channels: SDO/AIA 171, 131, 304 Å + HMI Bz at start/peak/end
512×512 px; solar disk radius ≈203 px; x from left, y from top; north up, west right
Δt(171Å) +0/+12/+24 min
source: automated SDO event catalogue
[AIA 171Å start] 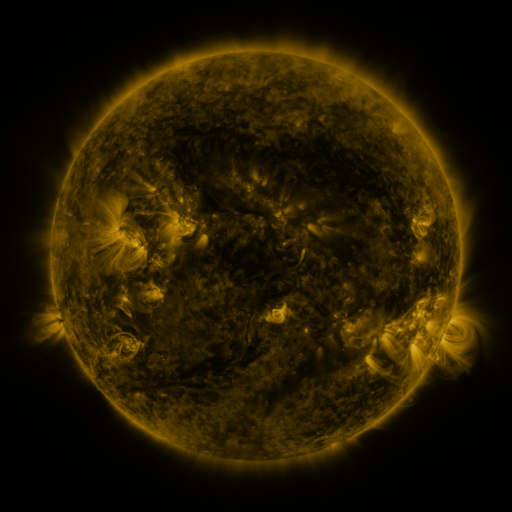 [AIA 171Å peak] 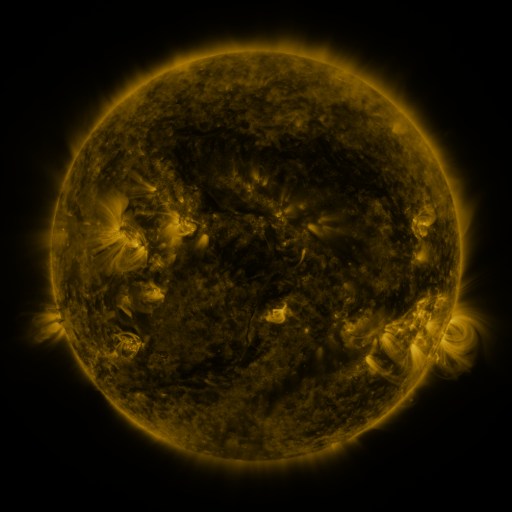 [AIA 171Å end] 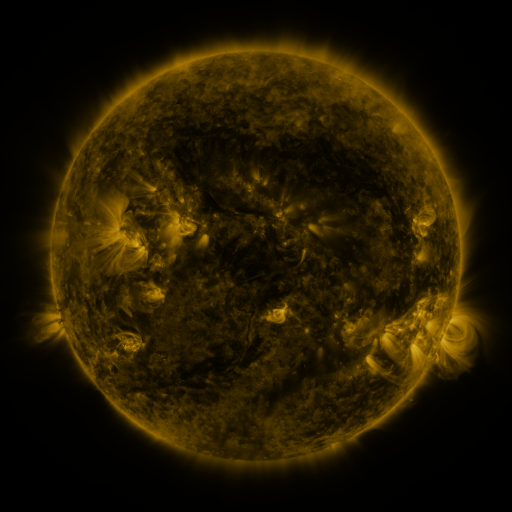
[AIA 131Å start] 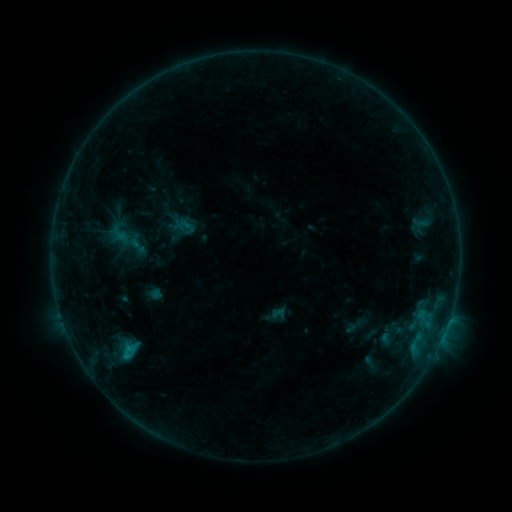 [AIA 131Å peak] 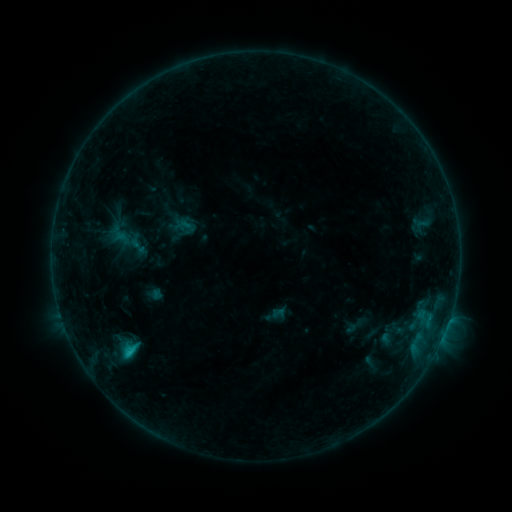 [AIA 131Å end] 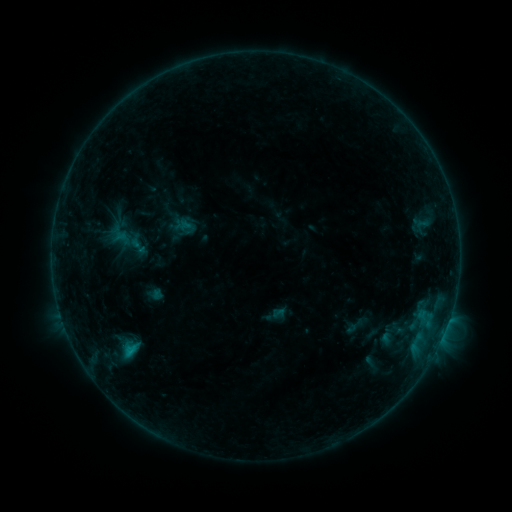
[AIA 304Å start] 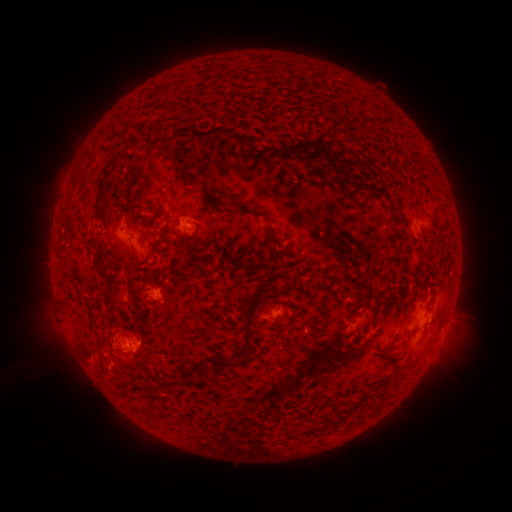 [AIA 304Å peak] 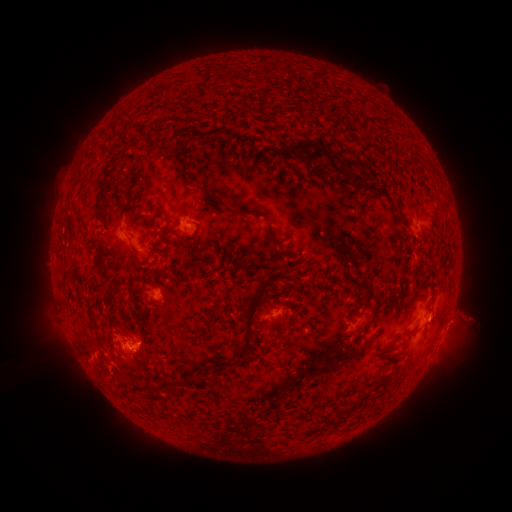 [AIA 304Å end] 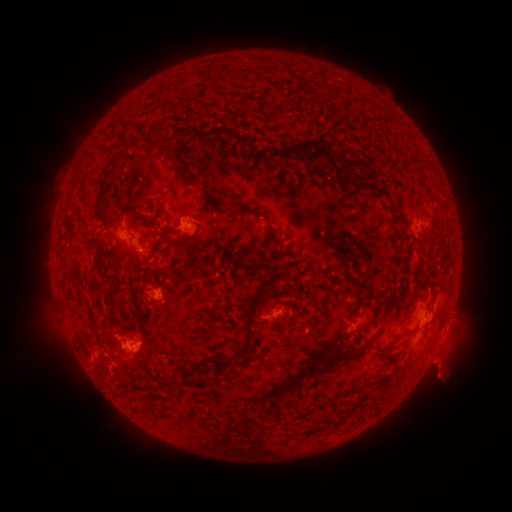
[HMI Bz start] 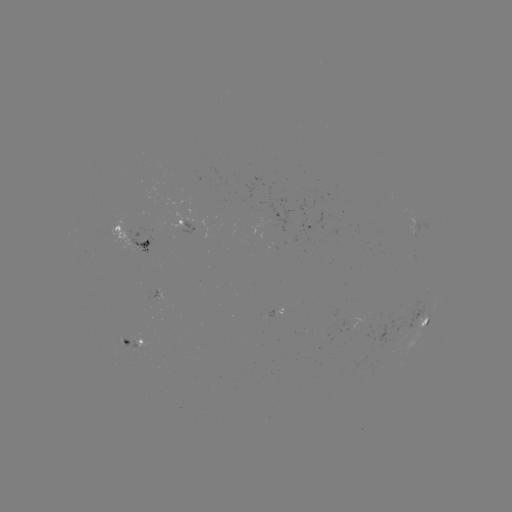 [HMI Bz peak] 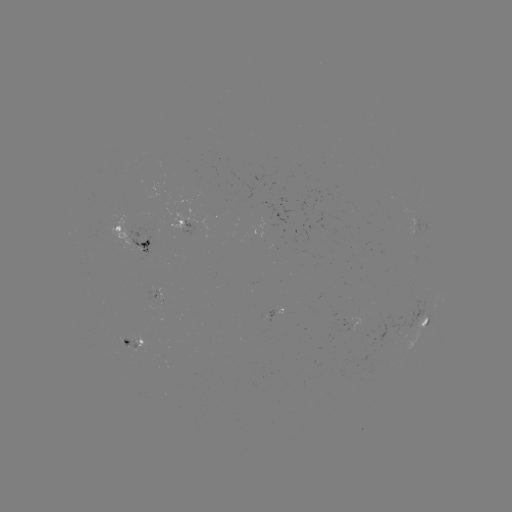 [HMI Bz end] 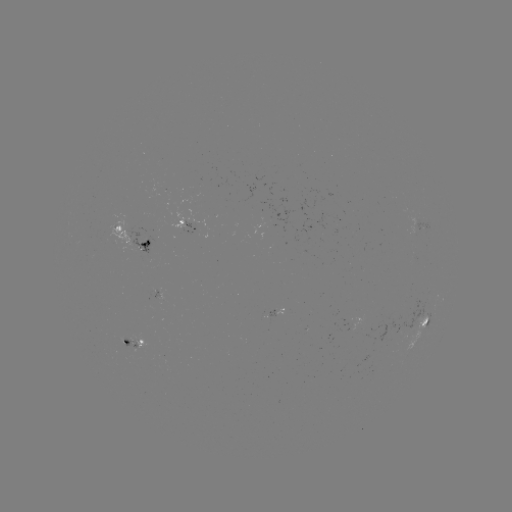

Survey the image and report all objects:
C1.1 flare: (130, 352)
